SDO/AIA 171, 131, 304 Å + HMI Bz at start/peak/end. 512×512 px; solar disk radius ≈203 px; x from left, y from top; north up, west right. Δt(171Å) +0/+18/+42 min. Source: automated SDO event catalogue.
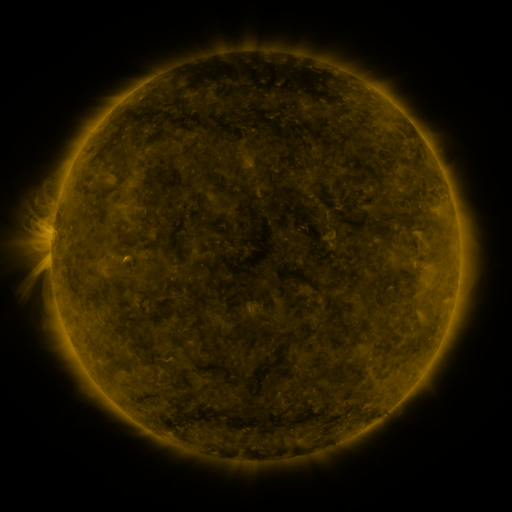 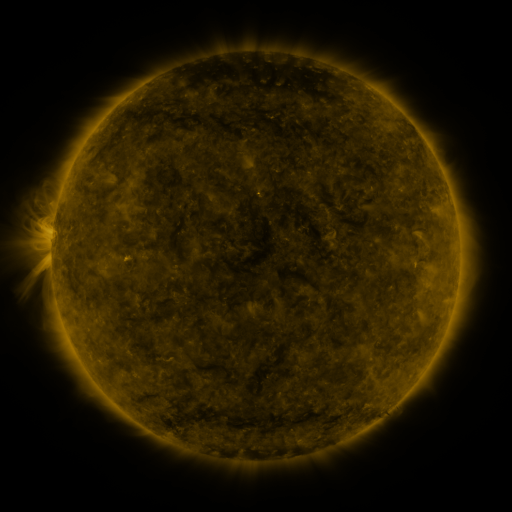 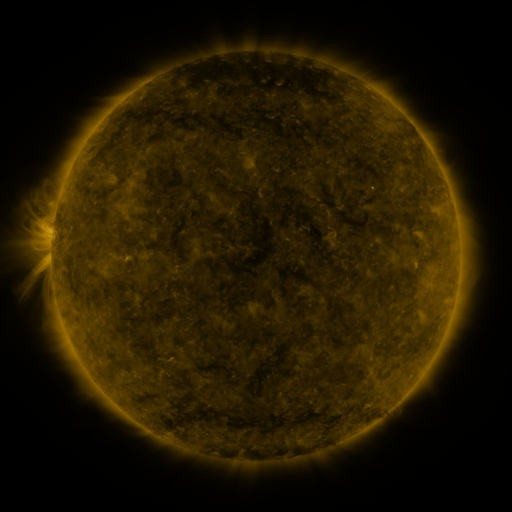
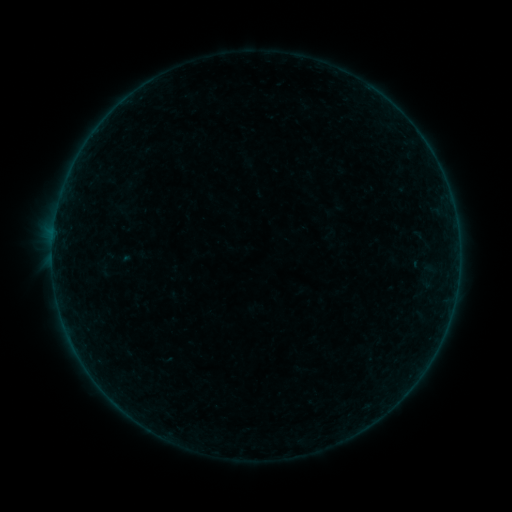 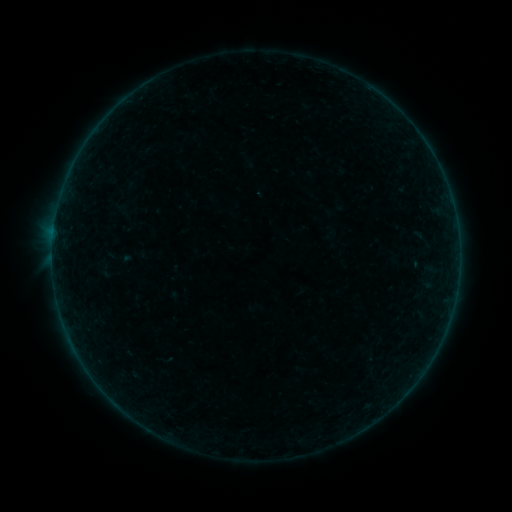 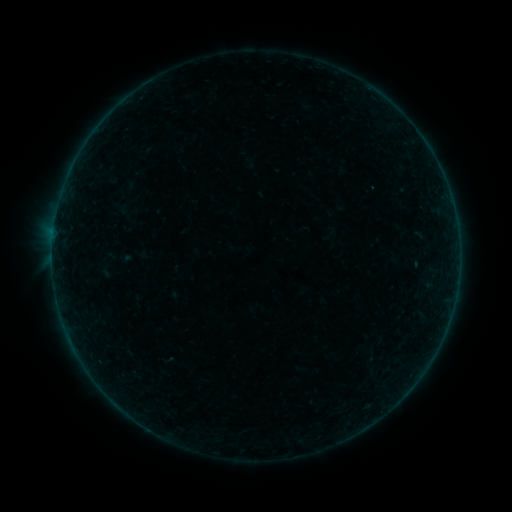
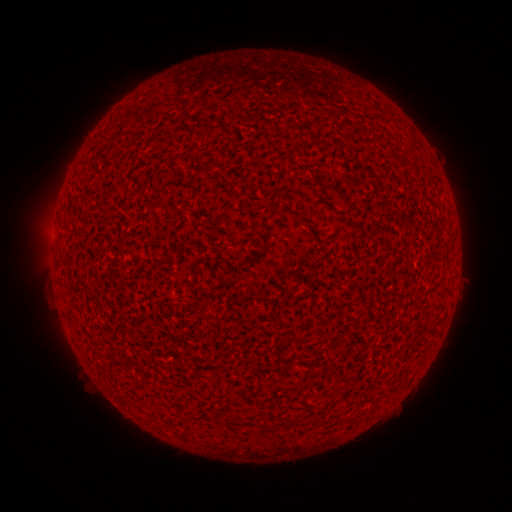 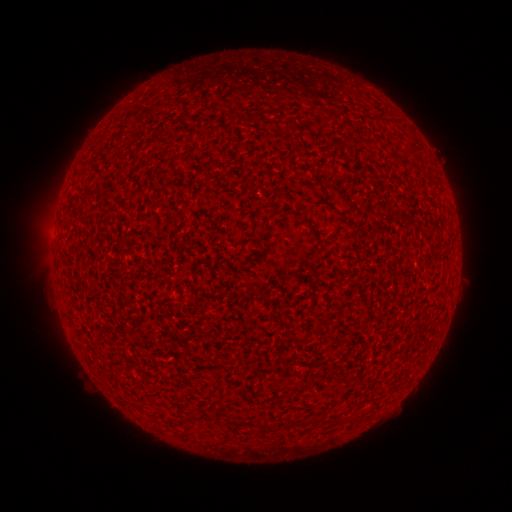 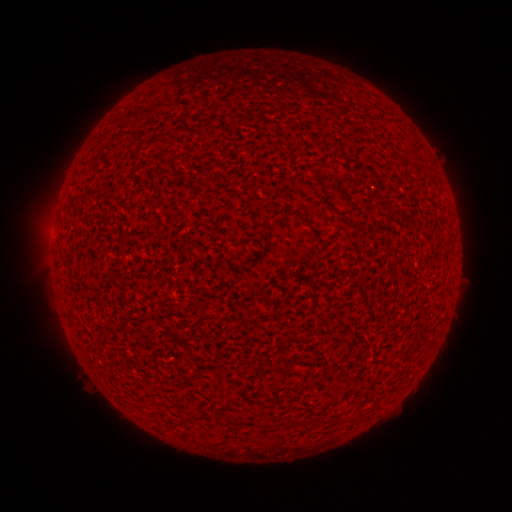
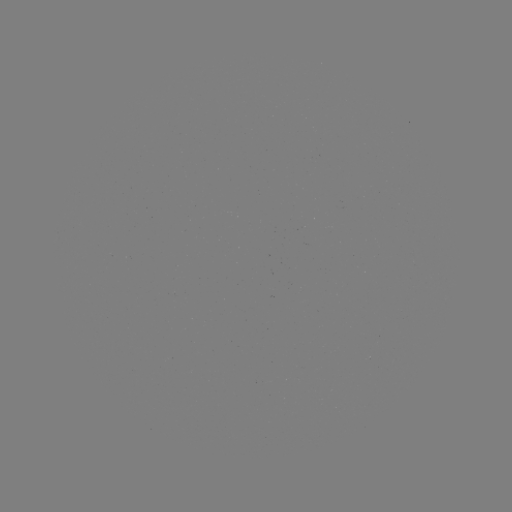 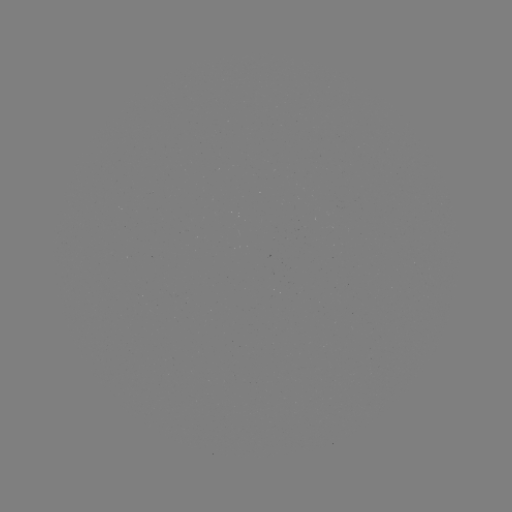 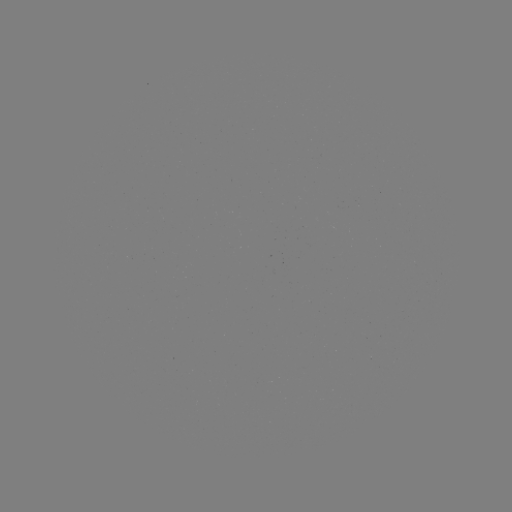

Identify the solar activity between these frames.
A9.6 flare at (54, 231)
